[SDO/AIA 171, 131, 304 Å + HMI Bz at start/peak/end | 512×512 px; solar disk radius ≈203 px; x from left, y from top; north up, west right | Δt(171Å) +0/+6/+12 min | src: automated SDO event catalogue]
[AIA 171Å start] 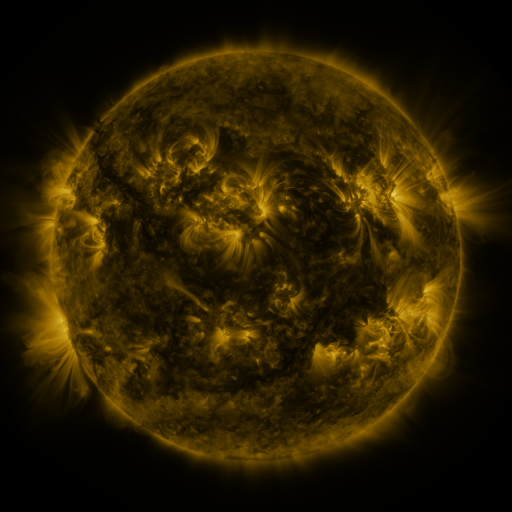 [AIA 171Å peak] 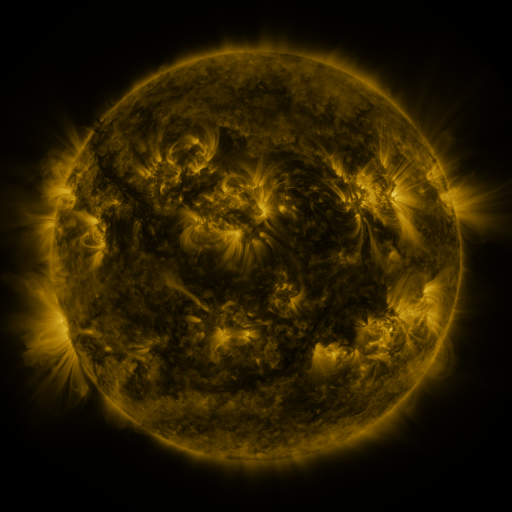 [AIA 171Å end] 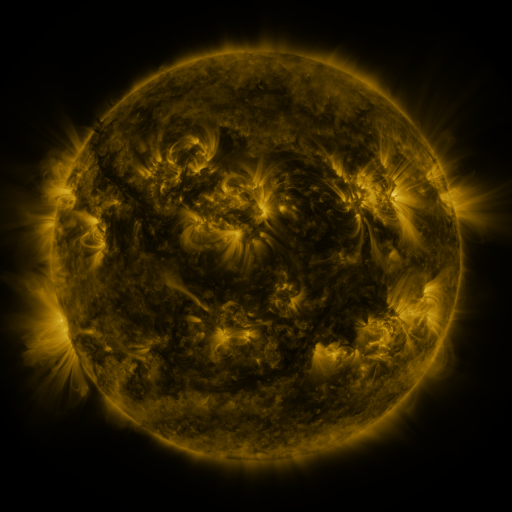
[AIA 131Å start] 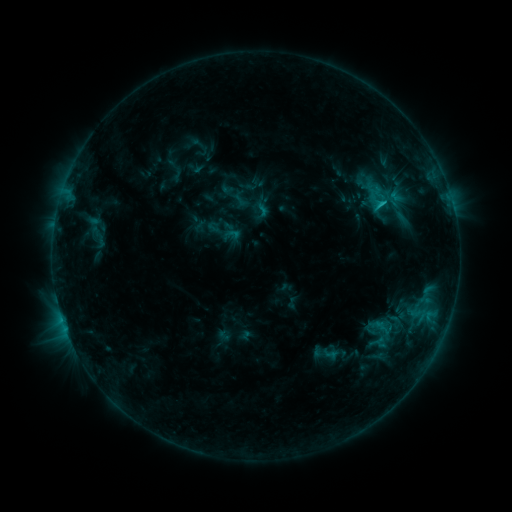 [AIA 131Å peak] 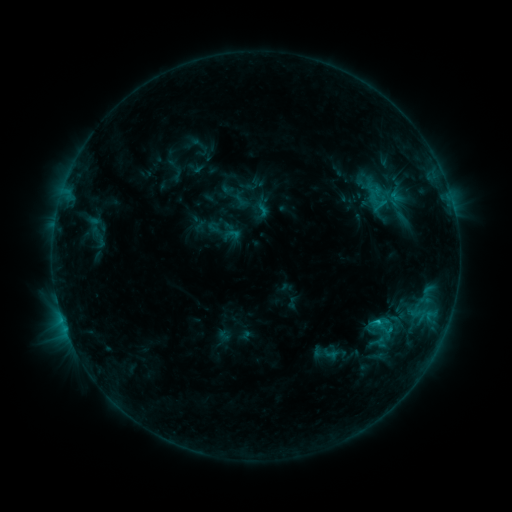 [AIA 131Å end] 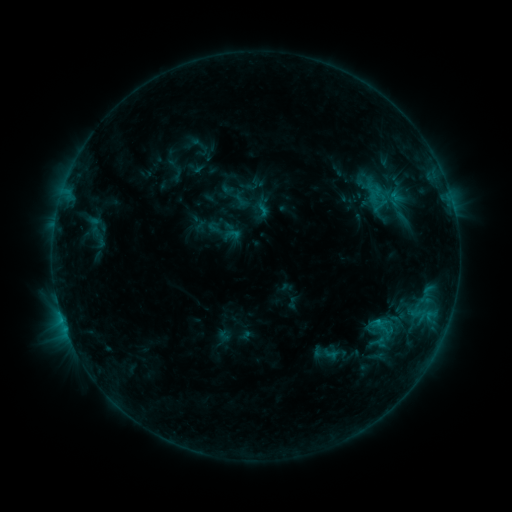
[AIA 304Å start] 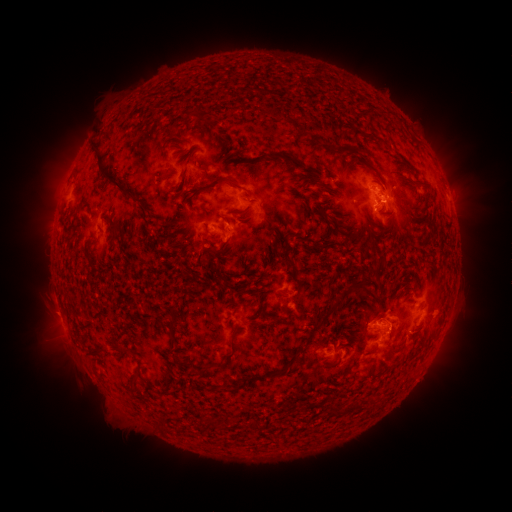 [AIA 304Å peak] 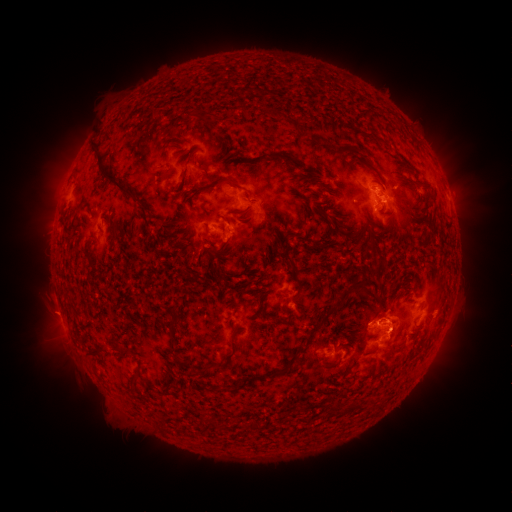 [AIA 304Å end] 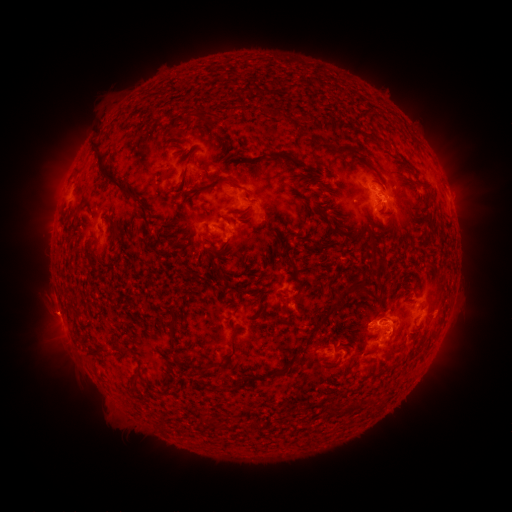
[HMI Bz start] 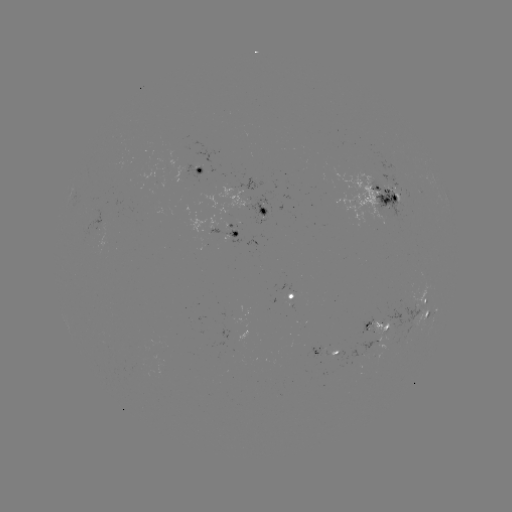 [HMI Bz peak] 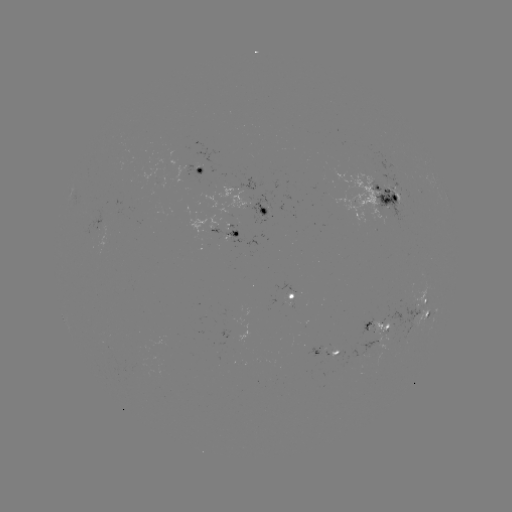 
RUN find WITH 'eruption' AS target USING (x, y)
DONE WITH (398, 322) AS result